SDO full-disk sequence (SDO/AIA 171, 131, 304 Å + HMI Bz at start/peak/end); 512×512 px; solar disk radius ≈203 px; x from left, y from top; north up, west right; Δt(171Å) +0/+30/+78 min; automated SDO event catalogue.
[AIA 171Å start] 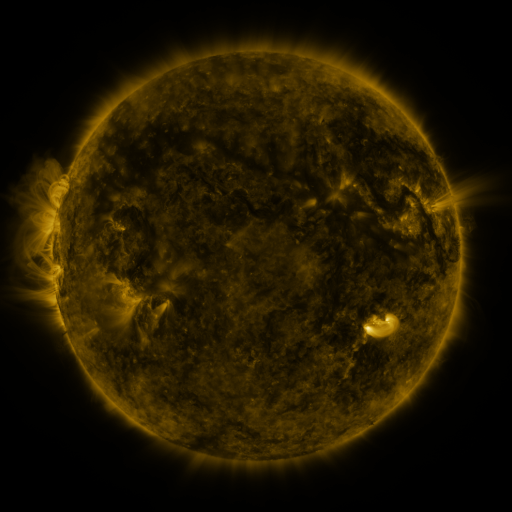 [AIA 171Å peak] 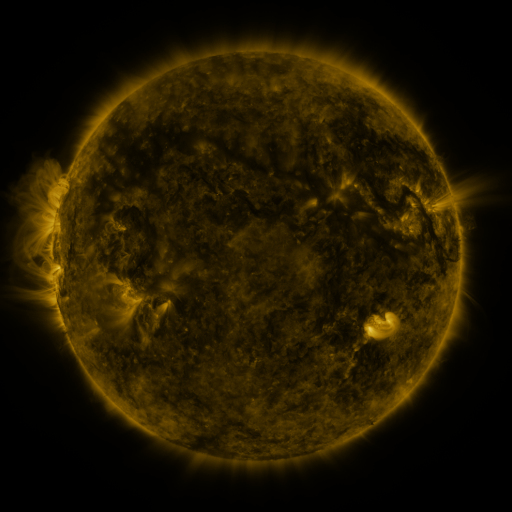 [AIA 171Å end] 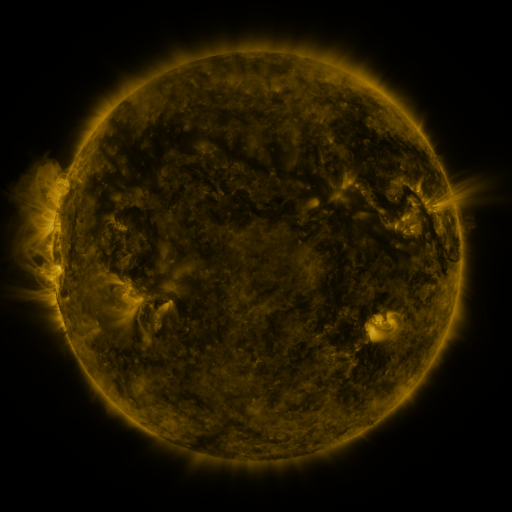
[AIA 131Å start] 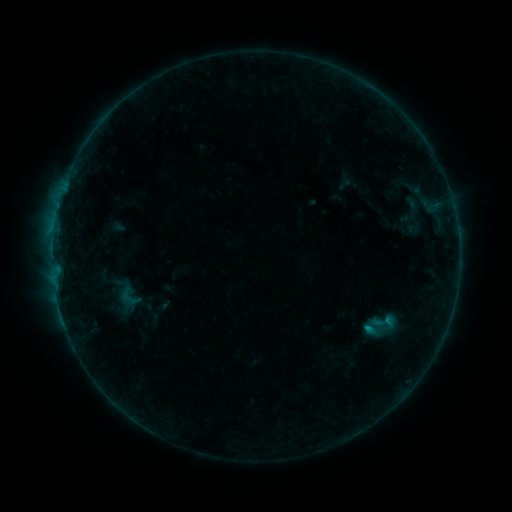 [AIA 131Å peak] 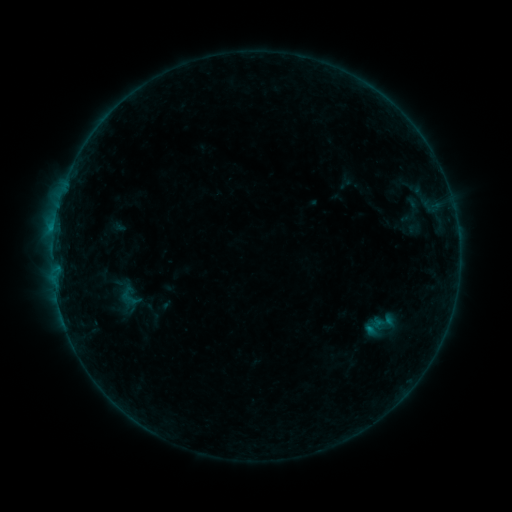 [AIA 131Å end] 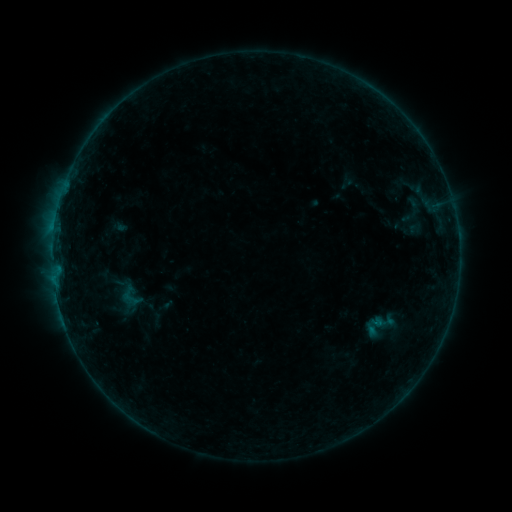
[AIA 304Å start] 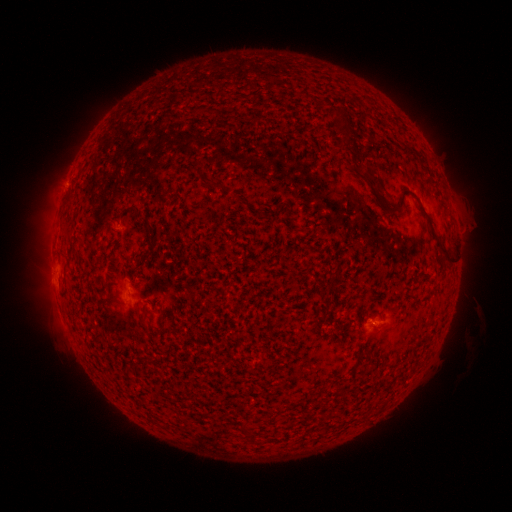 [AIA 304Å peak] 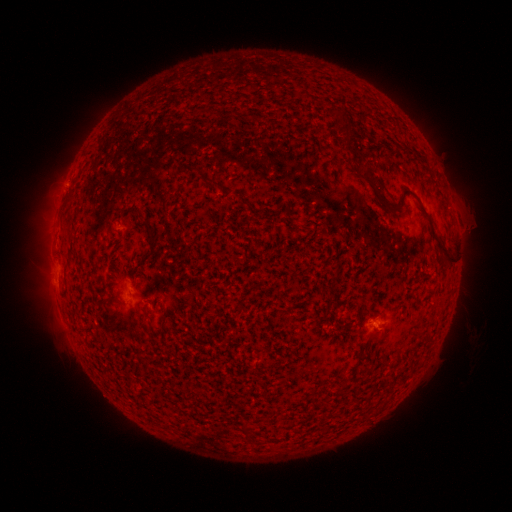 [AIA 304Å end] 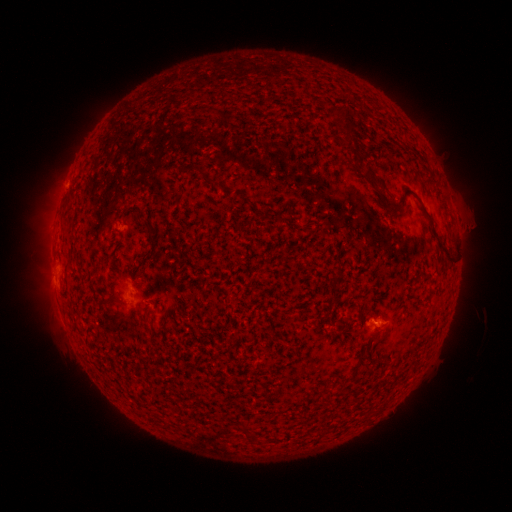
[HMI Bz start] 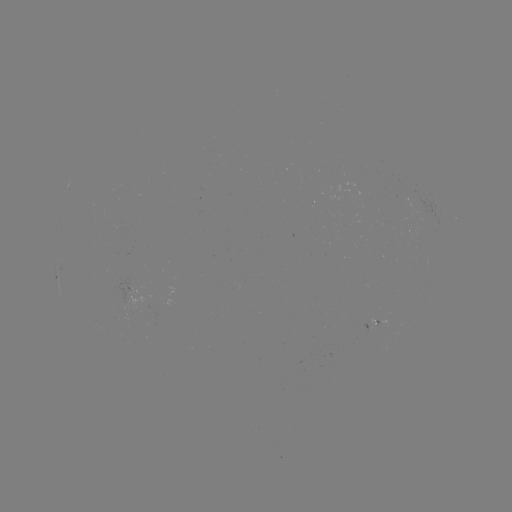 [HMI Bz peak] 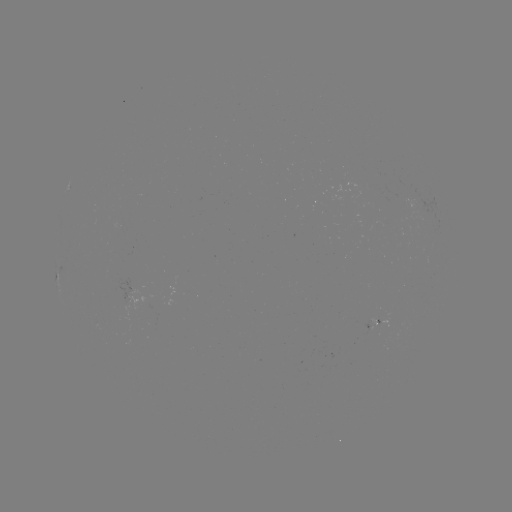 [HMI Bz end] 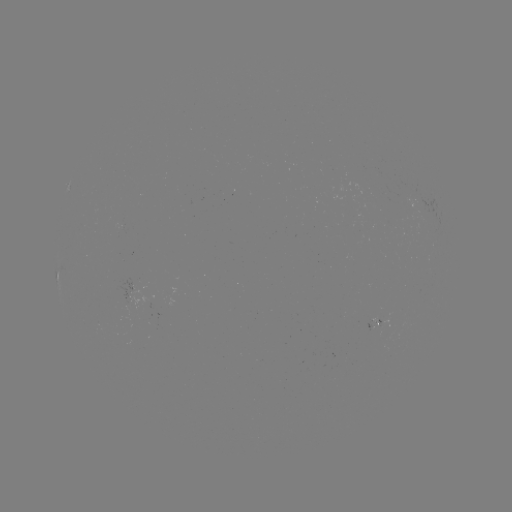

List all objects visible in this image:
B3.9 flare: (54, 231)
